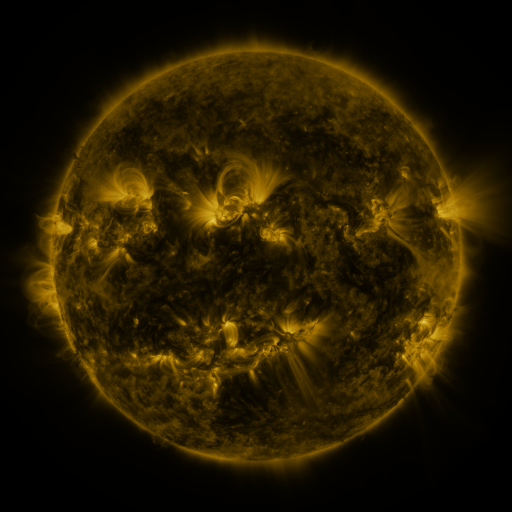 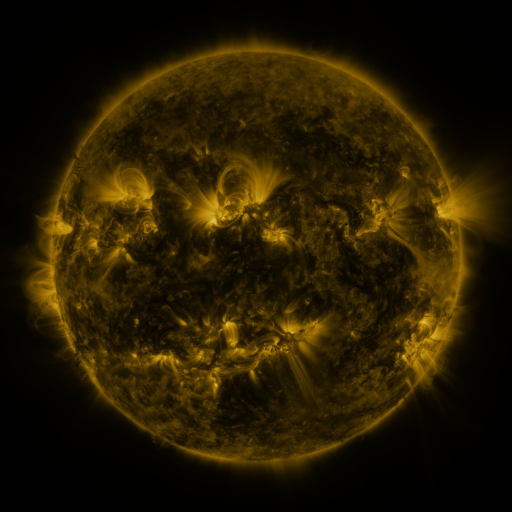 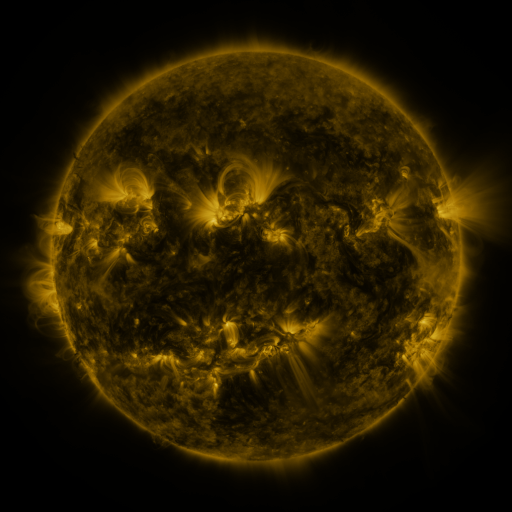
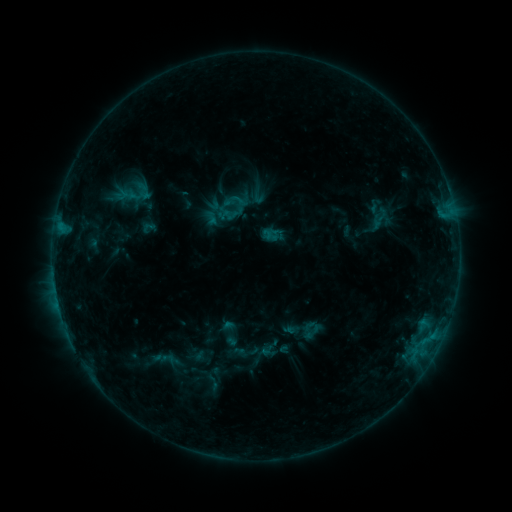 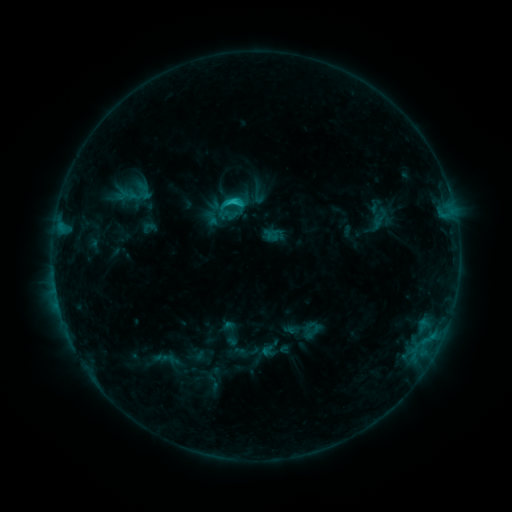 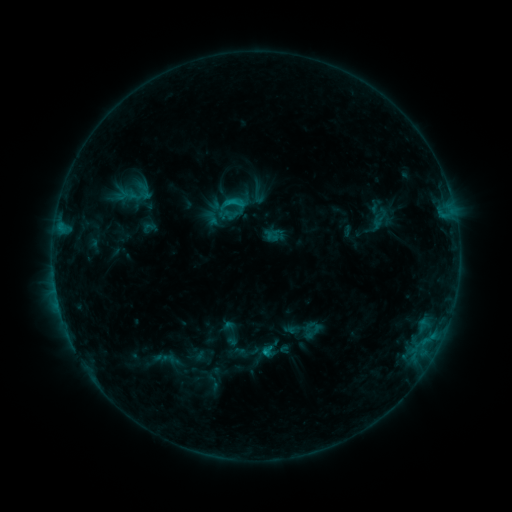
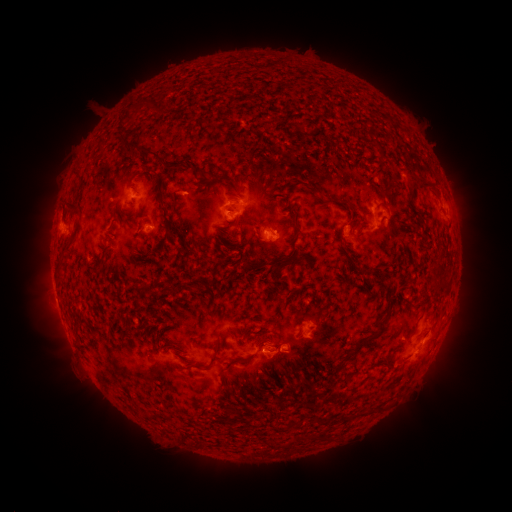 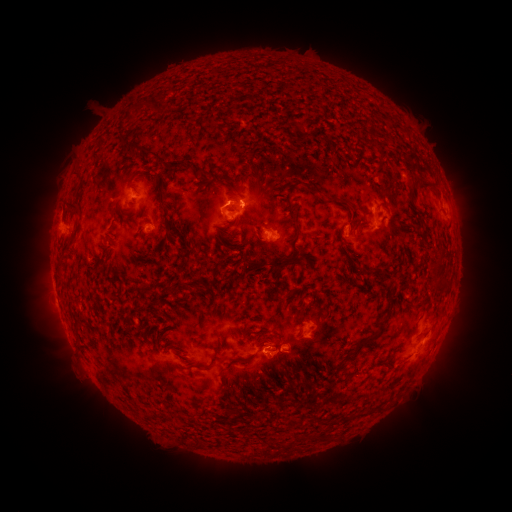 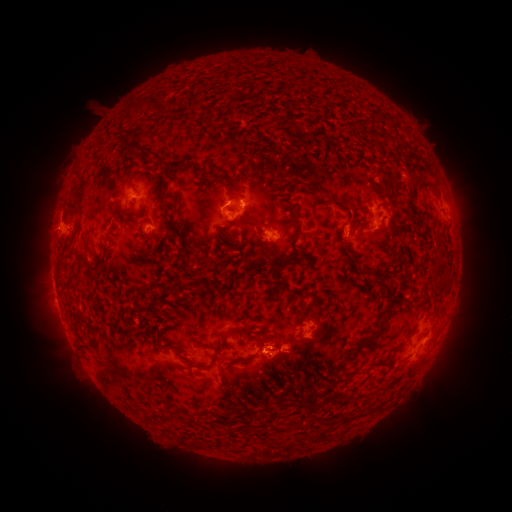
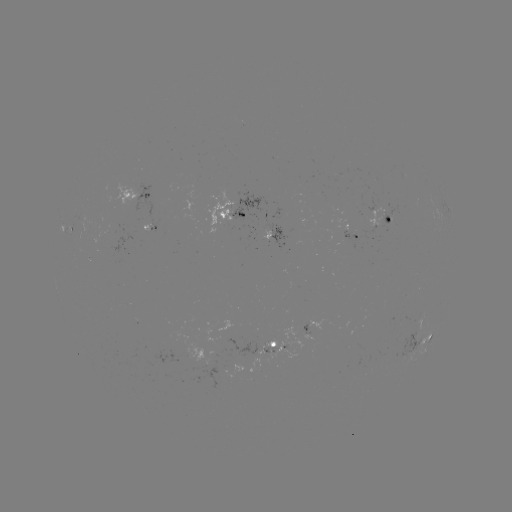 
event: flare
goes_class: C1.4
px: (235, 201)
